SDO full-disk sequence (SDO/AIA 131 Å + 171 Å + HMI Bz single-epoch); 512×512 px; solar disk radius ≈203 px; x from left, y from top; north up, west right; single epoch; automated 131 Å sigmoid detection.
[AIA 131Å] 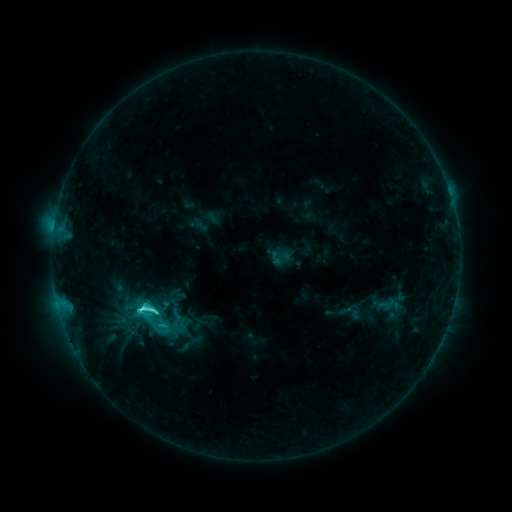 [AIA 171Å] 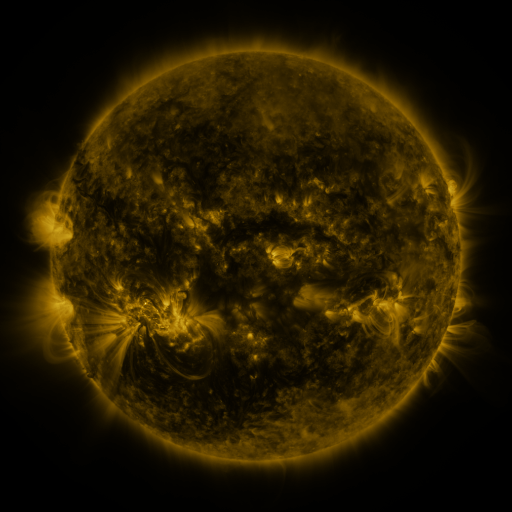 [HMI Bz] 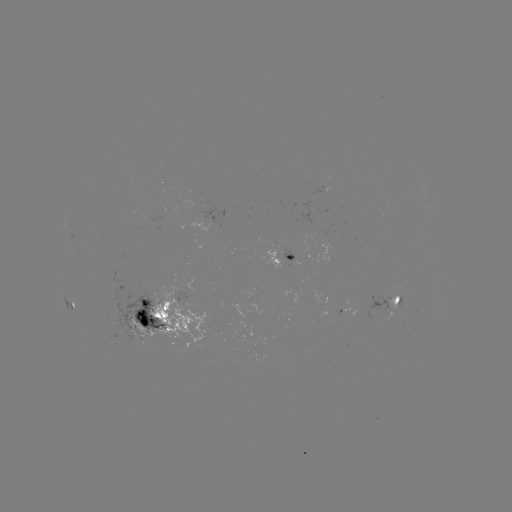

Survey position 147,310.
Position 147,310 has sigmoid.